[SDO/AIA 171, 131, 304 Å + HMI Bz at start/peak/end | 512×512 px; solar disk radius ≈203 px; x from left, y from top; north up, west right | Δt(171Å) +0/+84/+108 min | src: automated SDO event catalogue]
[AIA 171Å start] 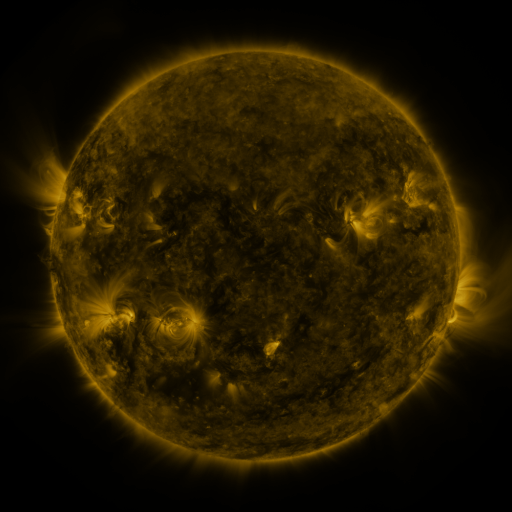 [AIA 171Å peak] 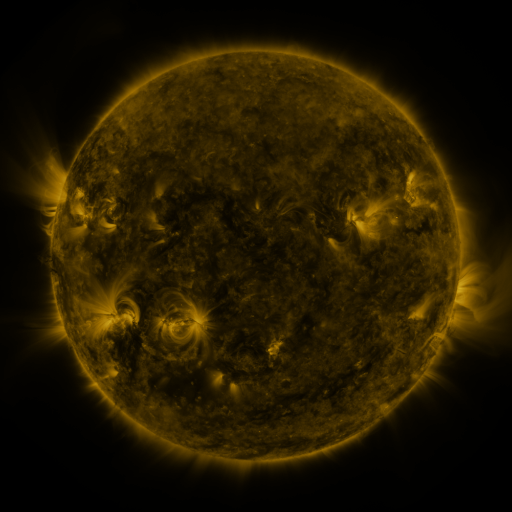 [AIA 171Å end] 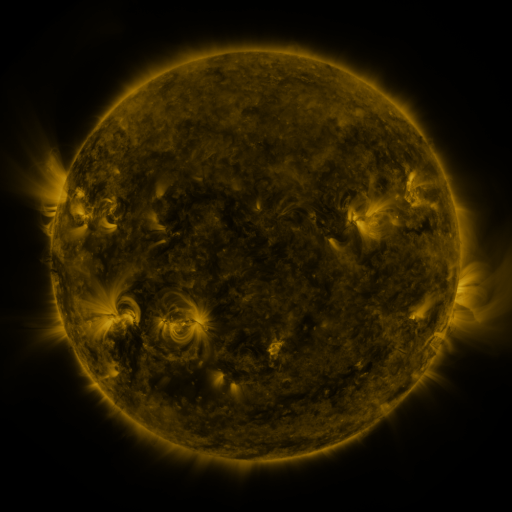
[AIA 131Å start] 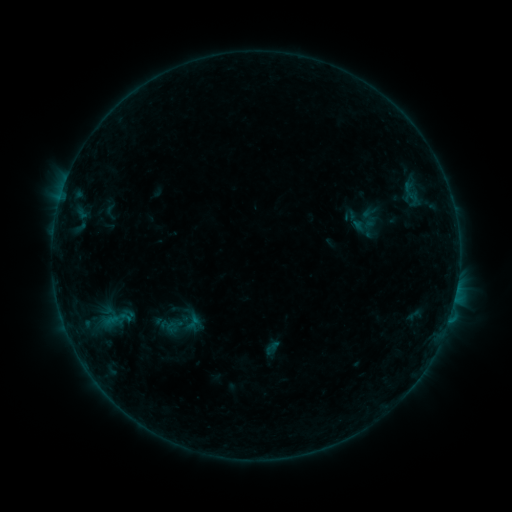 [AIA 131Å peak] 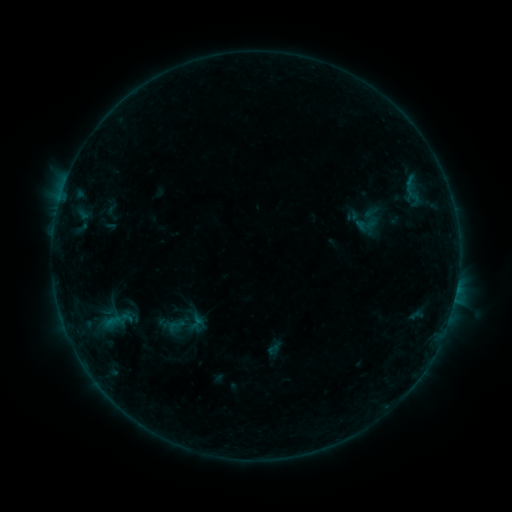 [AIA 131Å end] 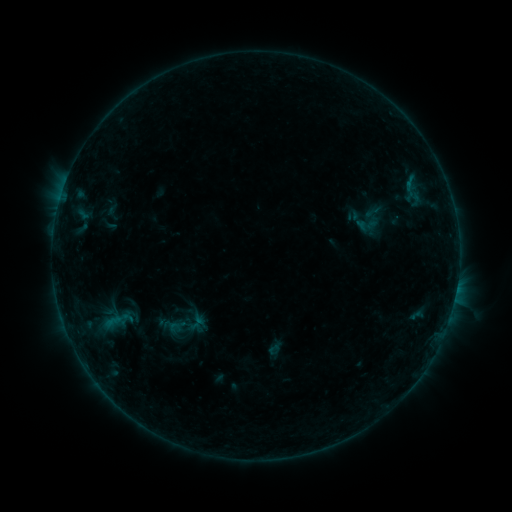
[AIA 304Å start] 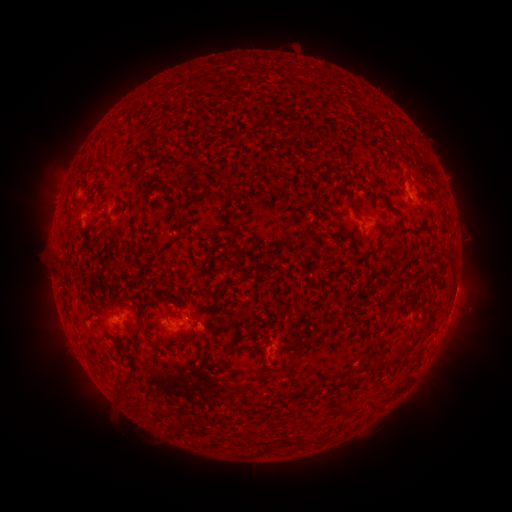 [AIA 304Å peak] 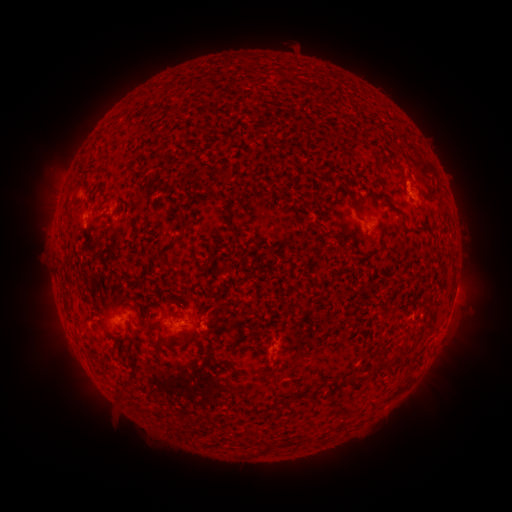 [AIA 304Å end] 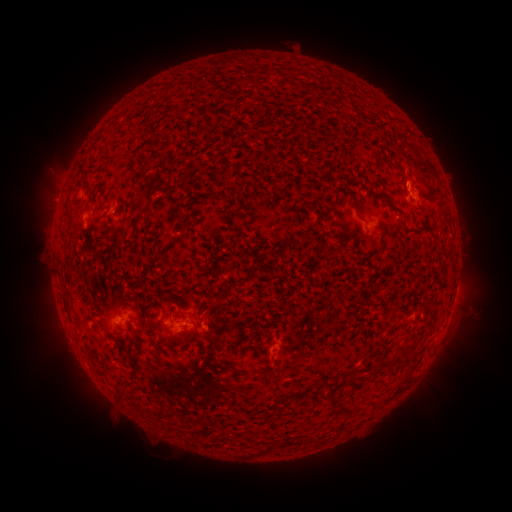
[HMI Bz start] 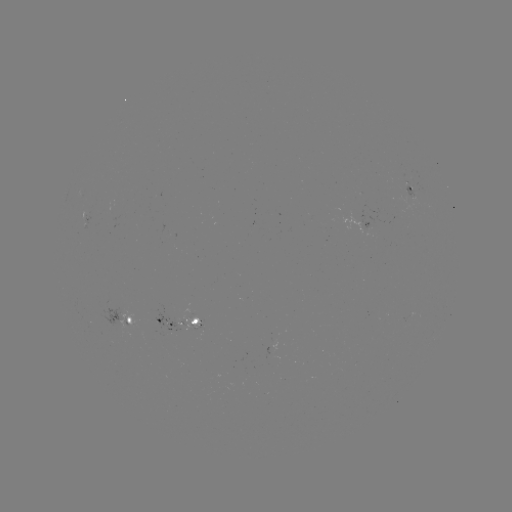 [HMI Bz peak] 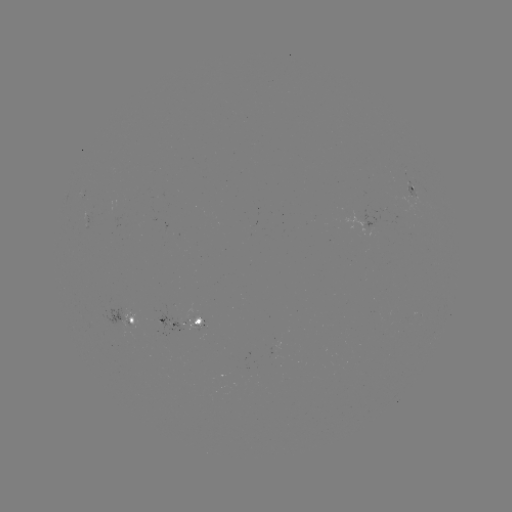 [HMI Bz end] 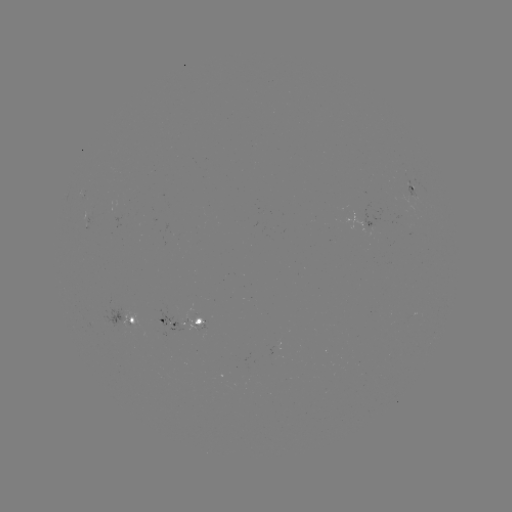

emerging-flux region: [400, 181, 420, 198]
